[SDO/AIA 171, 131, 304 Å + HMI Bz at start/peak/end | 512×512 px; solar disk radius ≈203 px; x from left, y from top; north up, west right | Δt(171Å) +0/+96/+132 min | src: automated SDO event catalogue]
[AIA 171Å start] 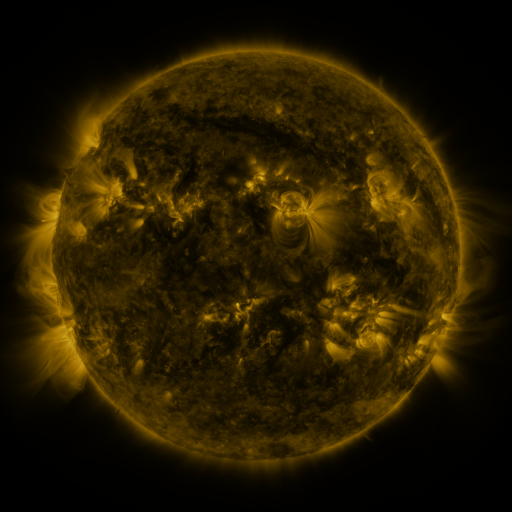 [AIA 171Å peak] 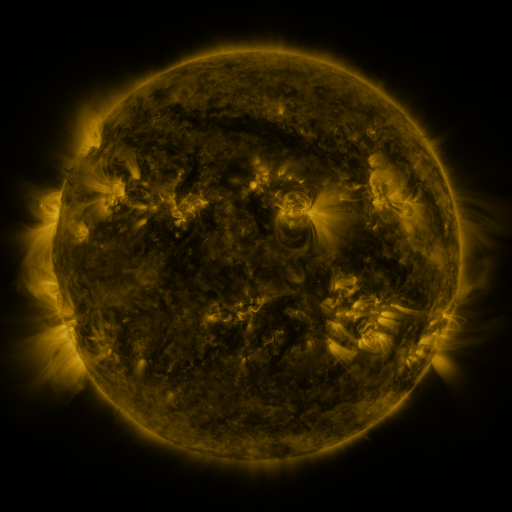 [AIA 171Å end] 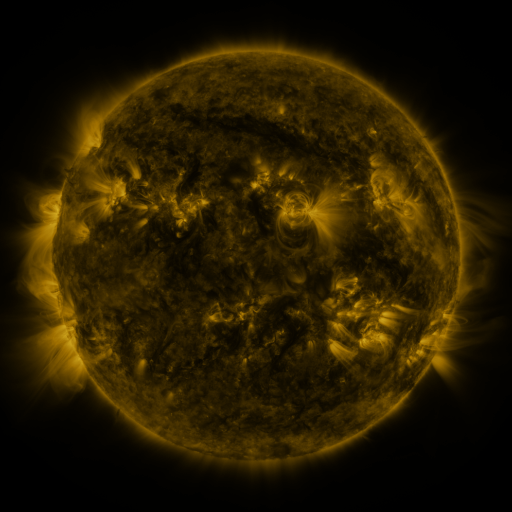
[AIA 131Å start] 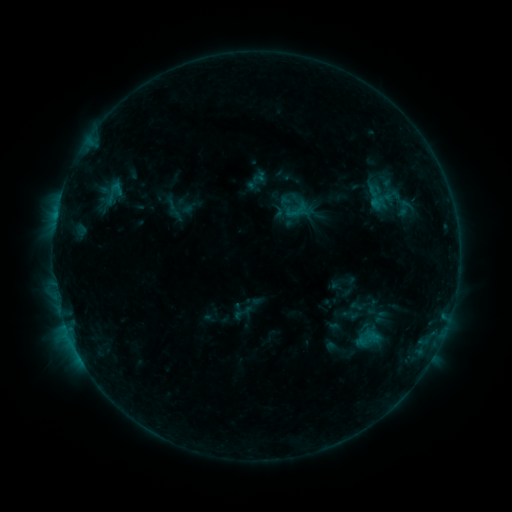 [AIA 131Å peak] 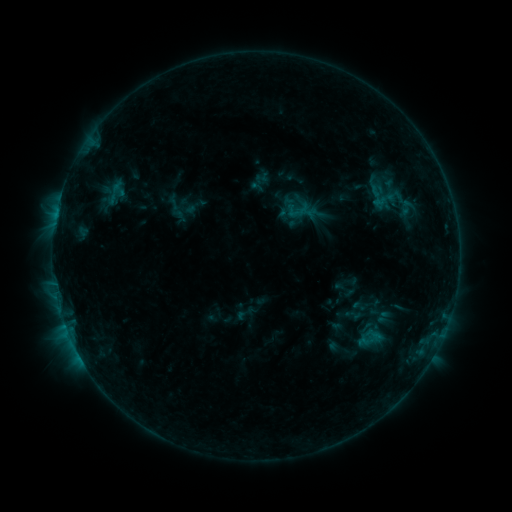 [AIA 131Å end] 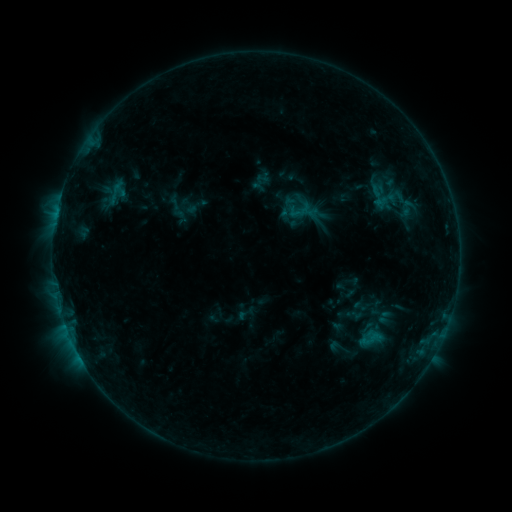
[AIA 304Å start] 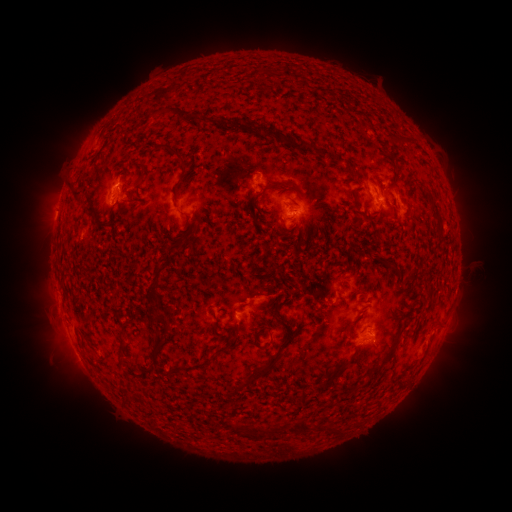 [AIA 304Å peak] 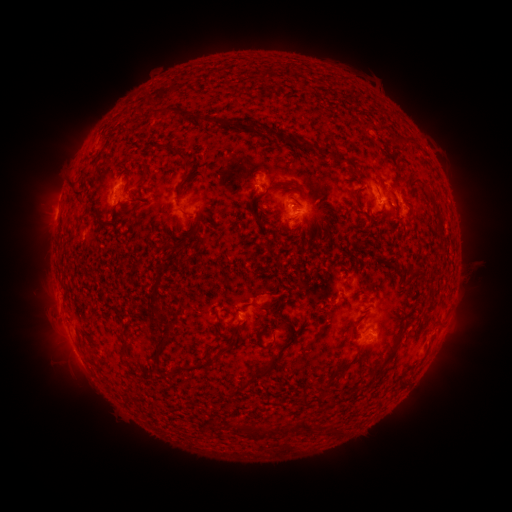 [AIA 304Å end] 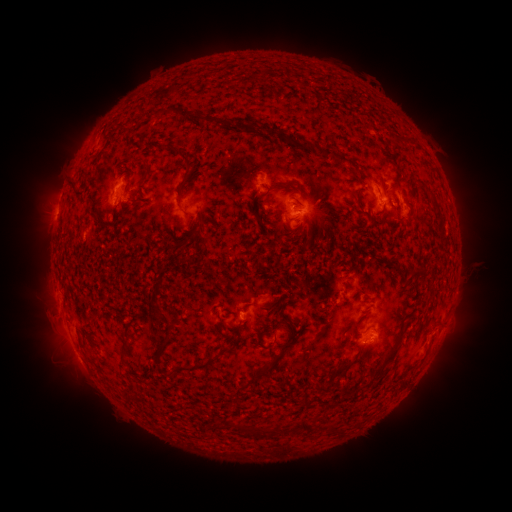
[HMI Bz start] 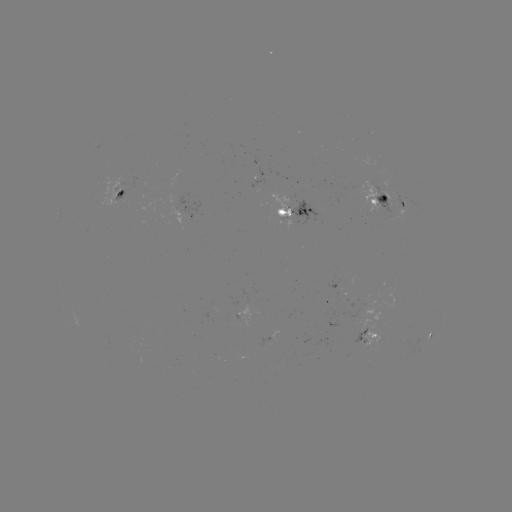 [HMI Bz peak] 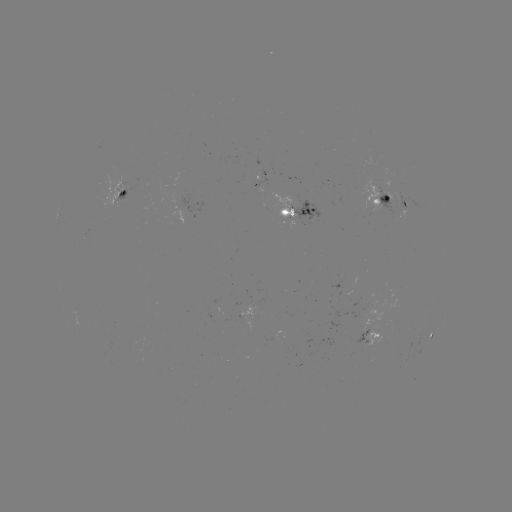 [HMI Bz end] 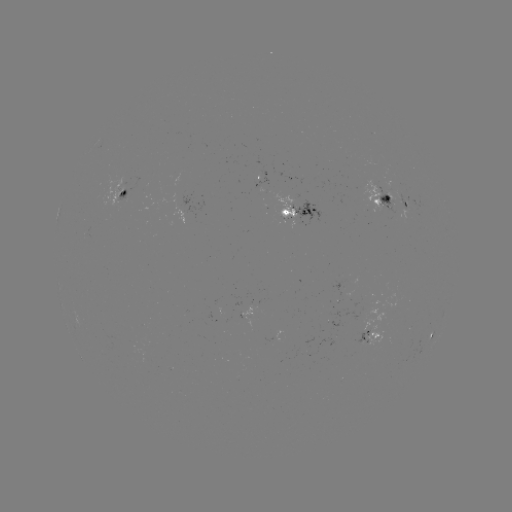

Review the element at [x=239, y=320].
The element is emerging-flux region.